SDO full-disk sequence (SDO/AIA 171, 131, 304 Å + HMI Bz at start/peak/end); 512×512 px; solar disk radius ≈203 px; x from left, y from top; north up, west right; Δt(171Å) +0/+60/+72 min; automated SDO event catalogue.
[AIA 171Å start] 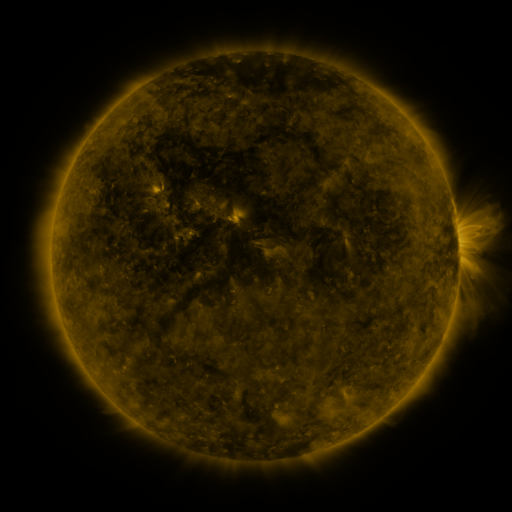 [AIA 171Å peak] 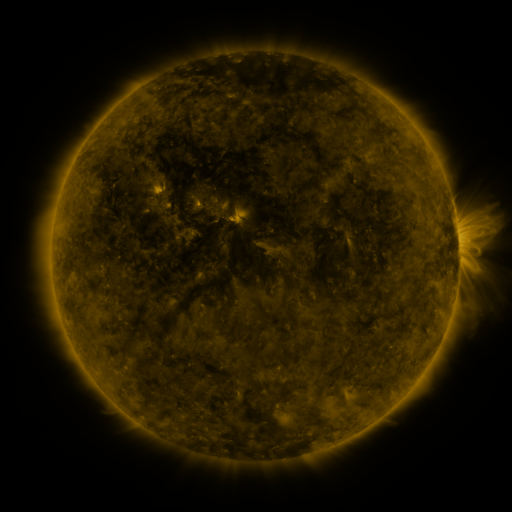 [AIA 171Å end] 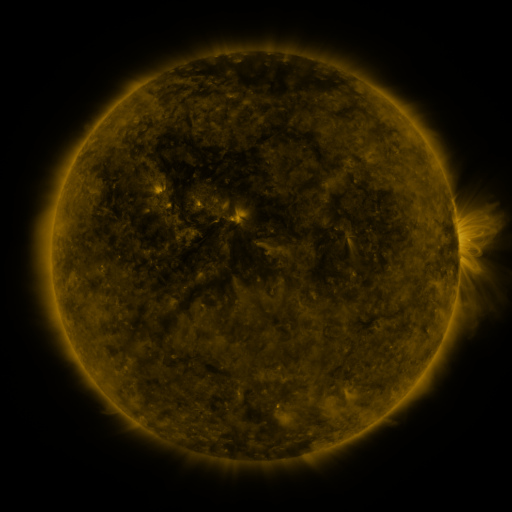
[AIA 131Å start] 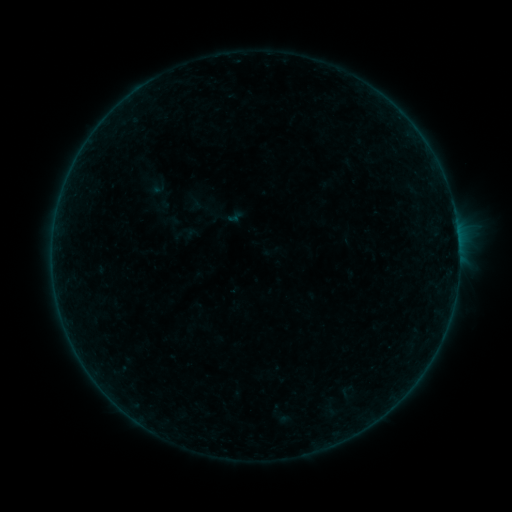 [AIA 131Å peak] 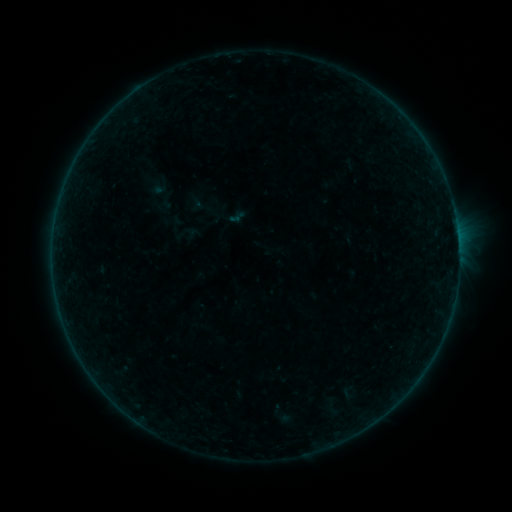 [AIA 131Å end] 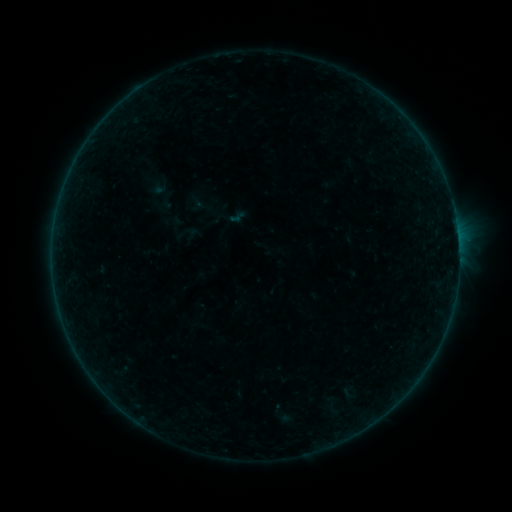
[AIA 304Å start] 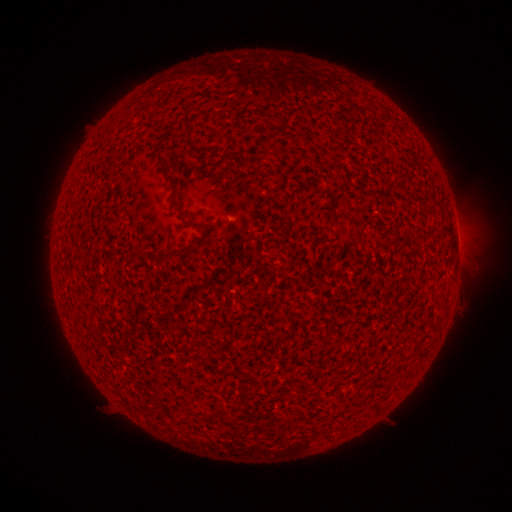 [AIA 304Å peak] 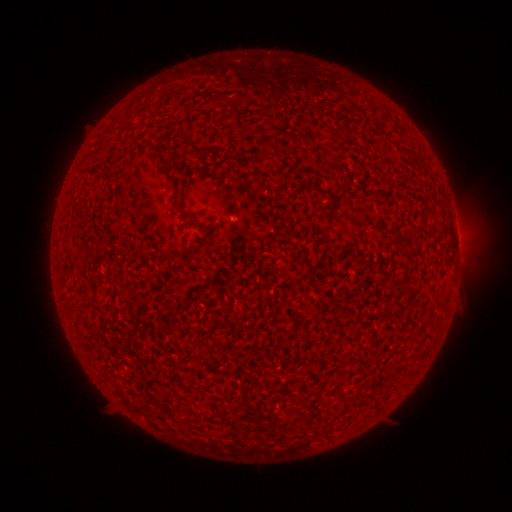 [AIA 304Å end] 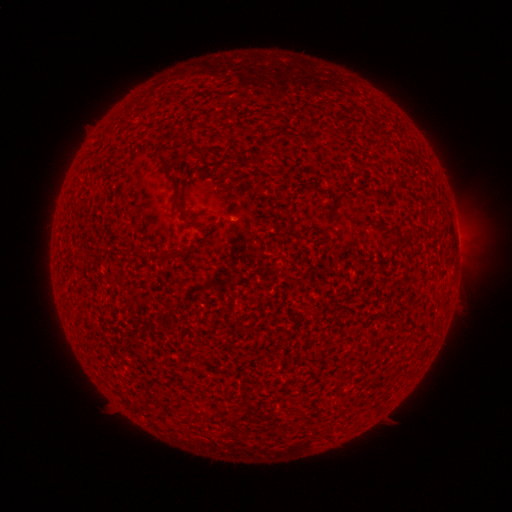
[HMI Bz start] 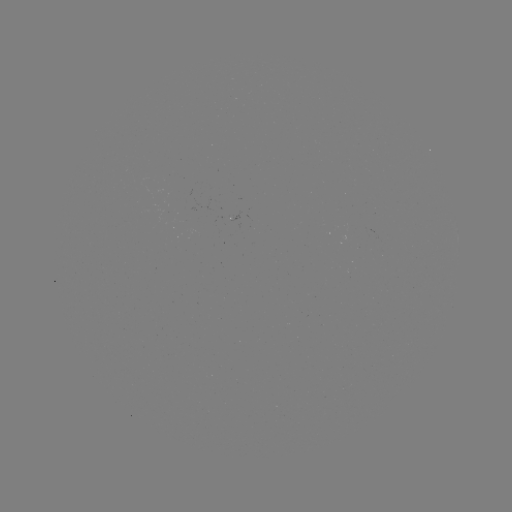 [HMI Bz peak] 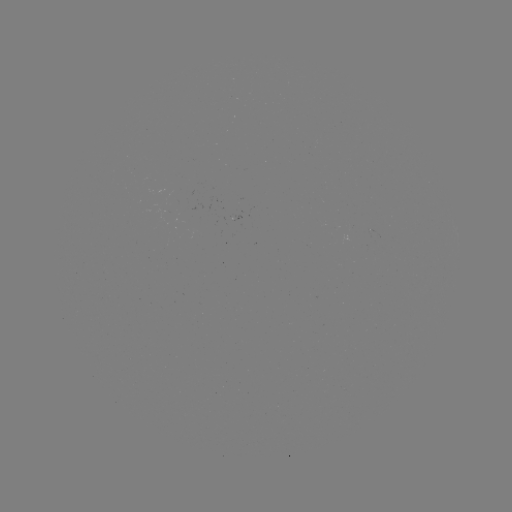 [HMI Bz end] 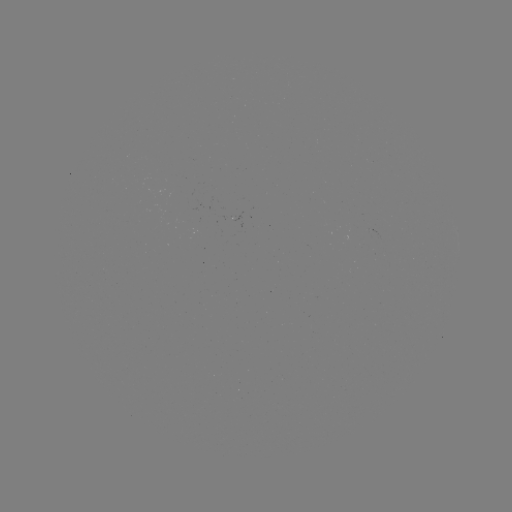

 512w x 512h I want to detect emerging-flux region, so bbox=[367, 228, 380, 237].